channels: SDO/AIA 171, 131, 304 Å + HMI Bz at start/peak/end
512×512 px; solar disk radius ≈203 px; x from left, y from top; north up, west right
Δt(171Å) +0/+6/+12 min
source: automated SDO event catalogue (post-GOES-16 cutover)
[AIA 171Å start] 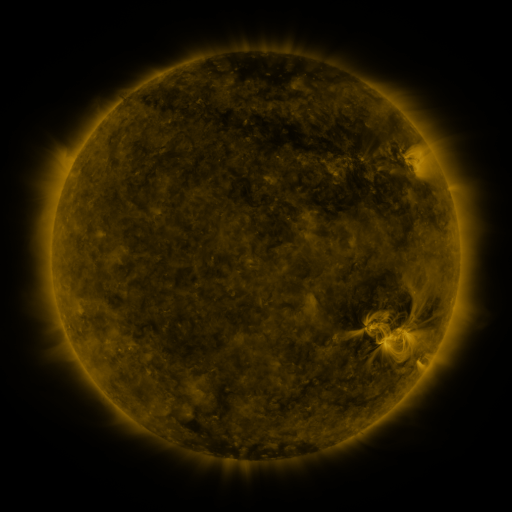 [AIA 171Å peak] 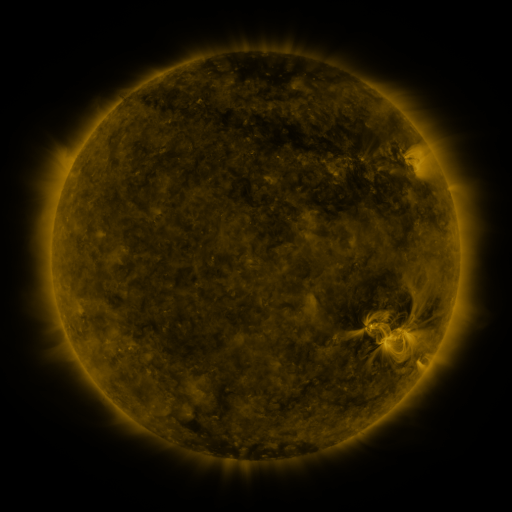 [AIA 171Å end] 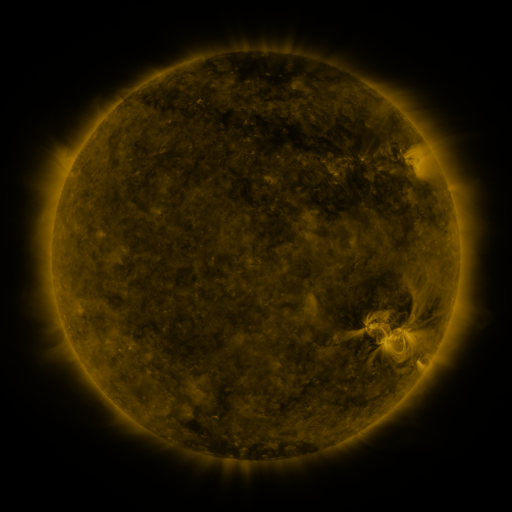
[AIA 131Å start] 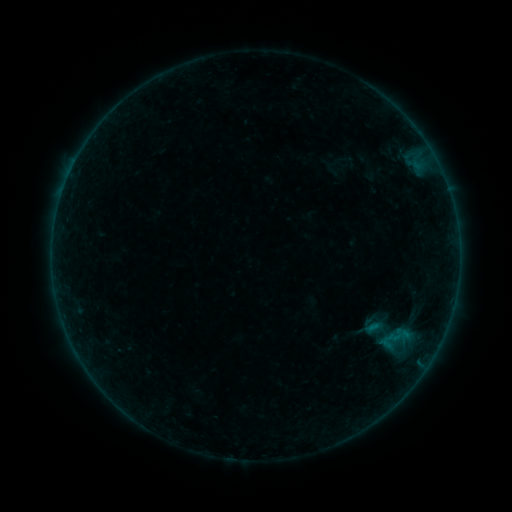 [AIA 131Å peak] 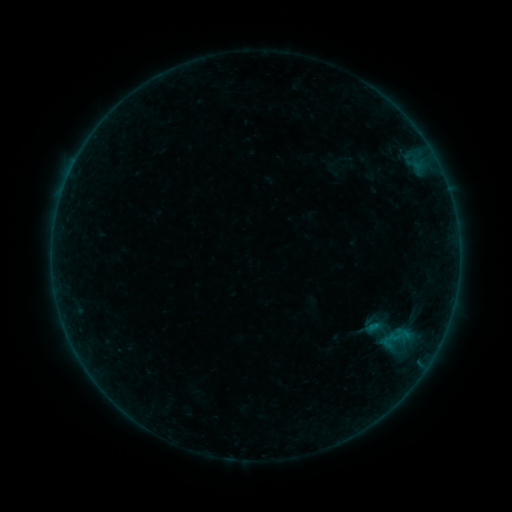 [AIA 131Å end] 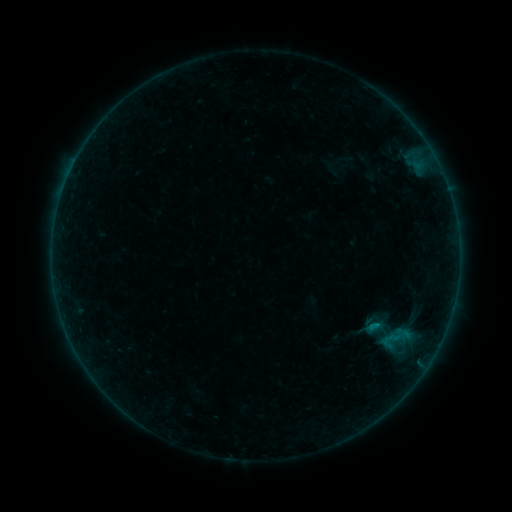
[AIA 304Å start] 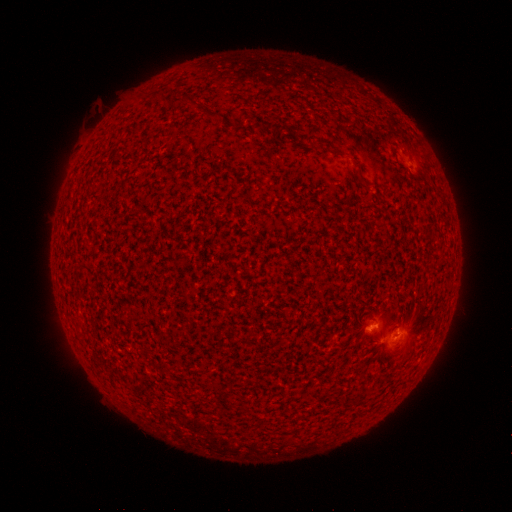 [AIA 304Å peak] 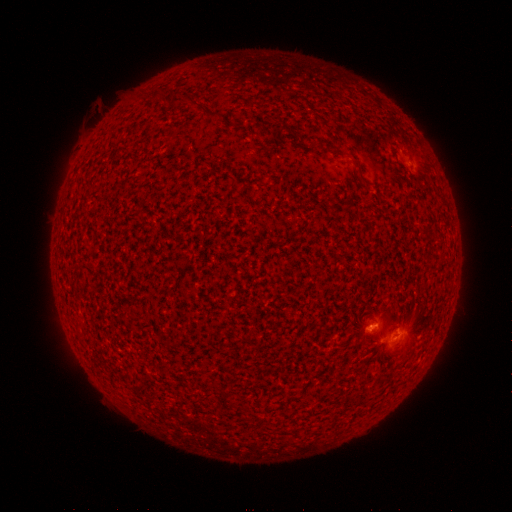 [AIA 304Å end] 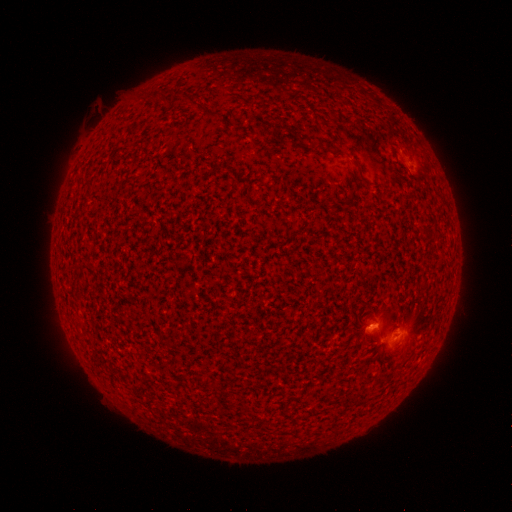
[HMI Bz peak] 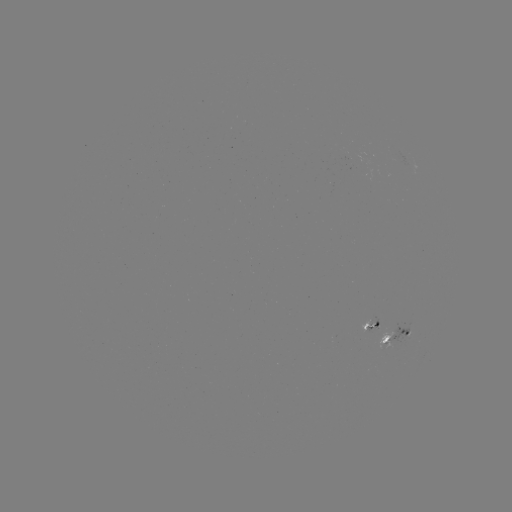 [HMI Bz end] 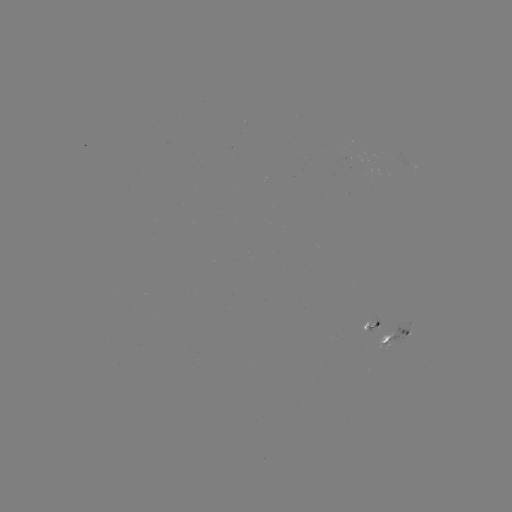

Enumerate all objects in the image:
B4.4 flare: (371, 324)
